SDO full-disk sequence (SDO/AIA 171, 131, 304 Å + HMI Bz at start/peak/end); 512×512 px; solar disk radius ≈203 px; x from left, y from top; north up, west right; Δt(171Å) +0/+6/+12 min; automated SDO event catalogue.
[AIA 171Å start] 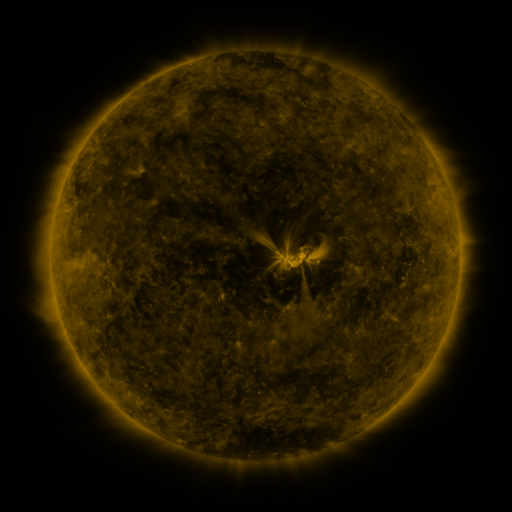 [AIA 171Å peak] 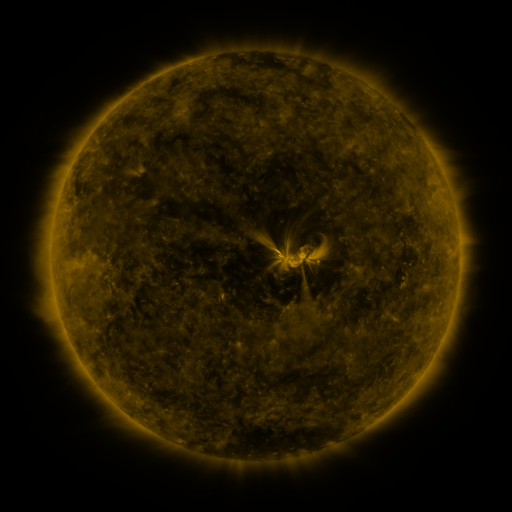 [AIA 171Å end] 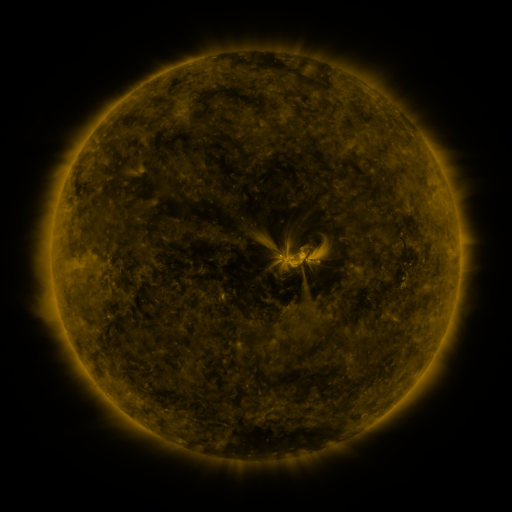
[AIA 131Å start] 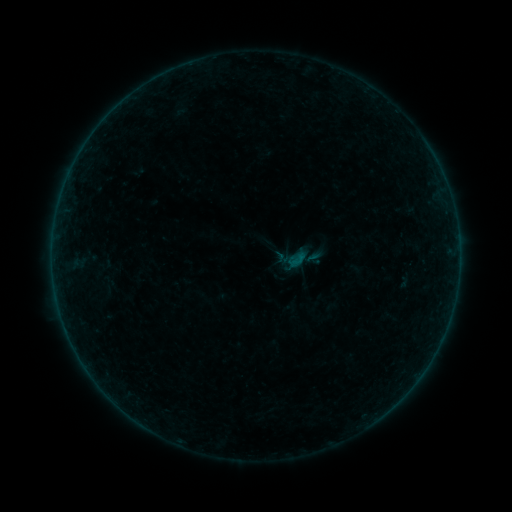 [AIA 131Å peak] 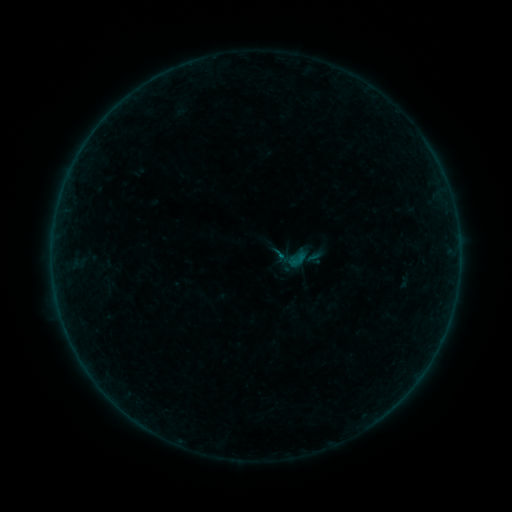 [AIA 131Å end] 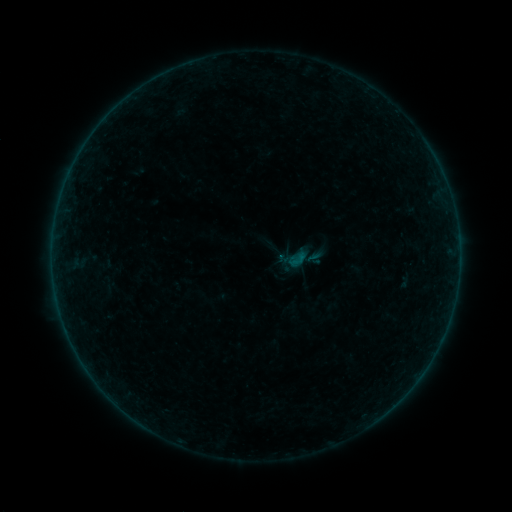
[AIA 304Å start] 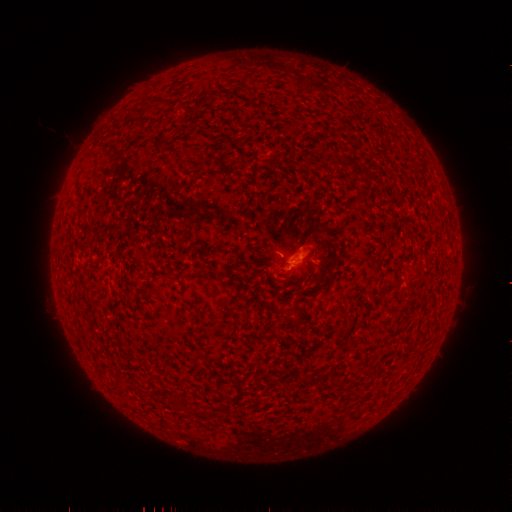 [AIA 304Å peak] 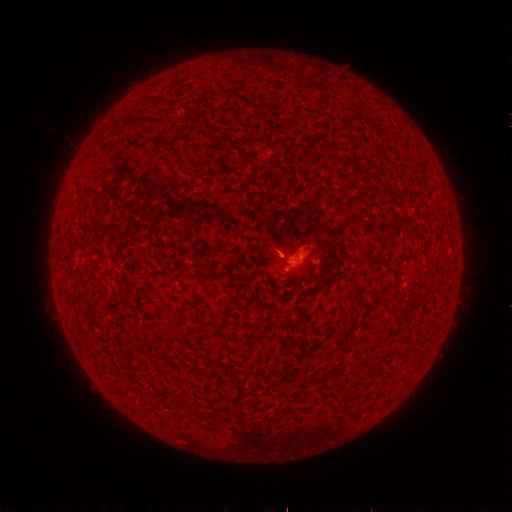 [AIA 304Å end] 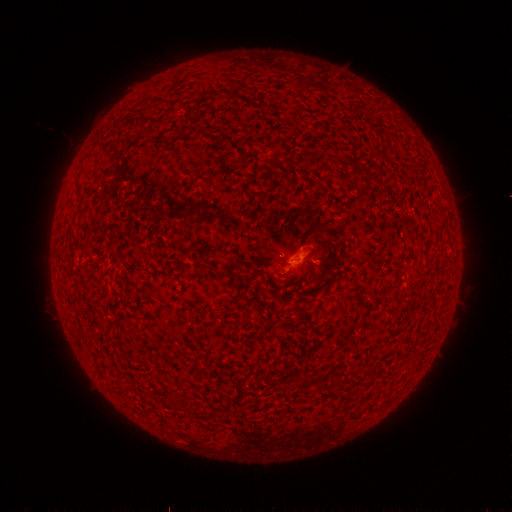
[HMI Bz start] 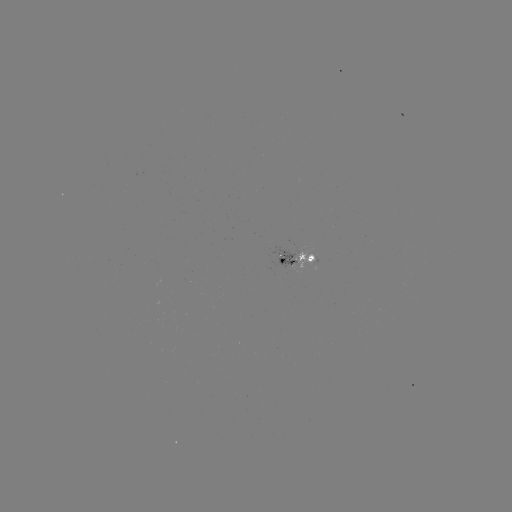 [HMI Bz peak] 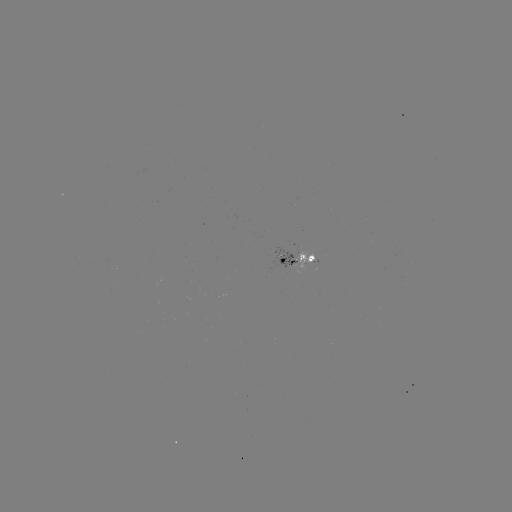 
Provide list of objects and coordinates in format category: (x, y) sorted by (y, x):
B1.2 flare: (273, 250)
